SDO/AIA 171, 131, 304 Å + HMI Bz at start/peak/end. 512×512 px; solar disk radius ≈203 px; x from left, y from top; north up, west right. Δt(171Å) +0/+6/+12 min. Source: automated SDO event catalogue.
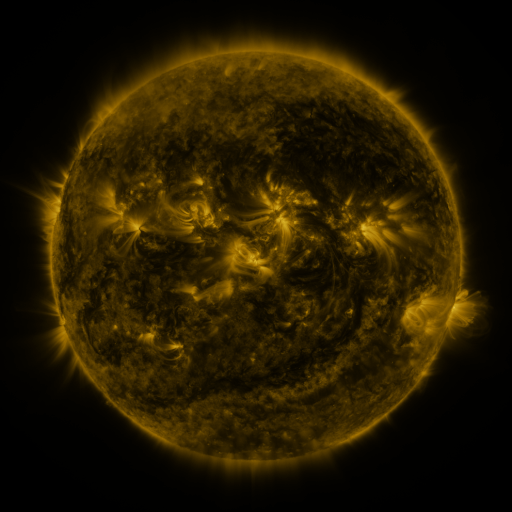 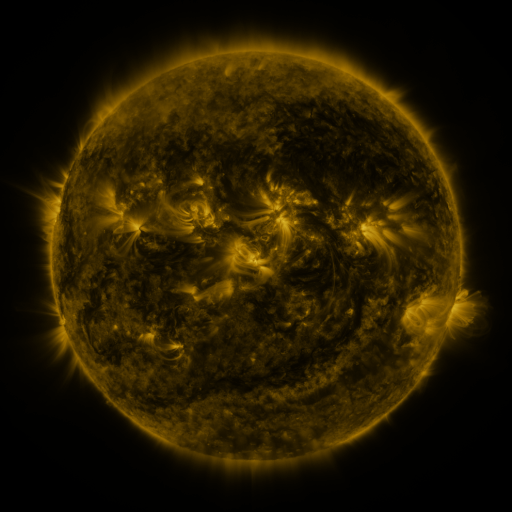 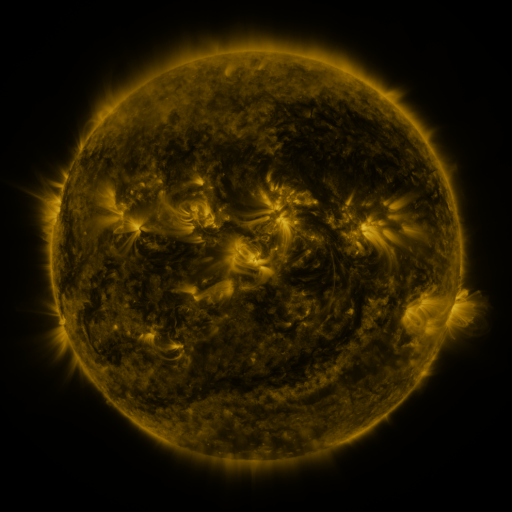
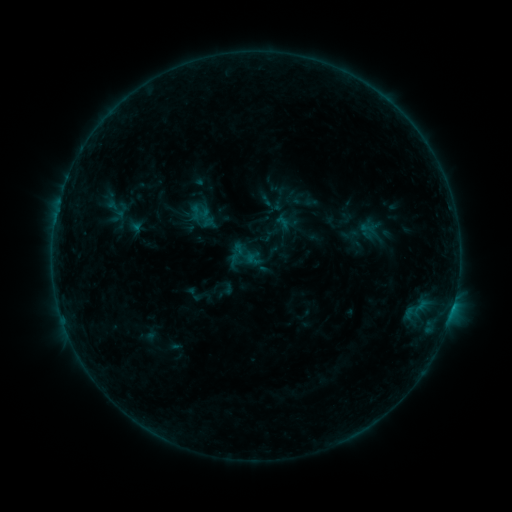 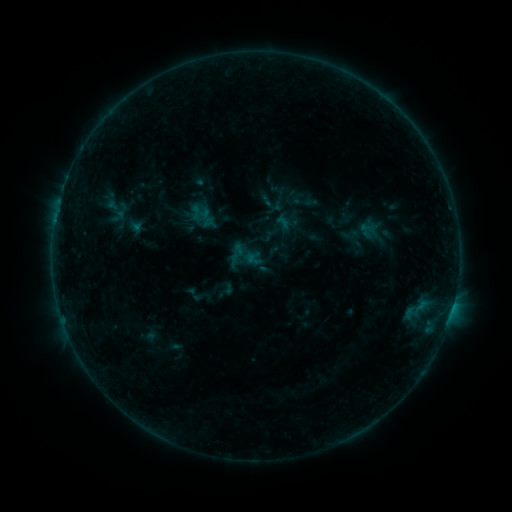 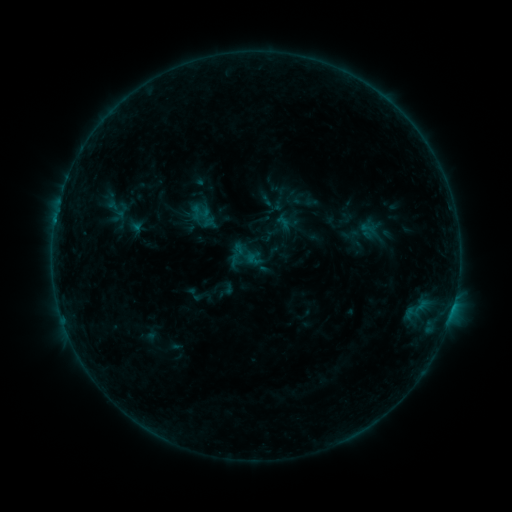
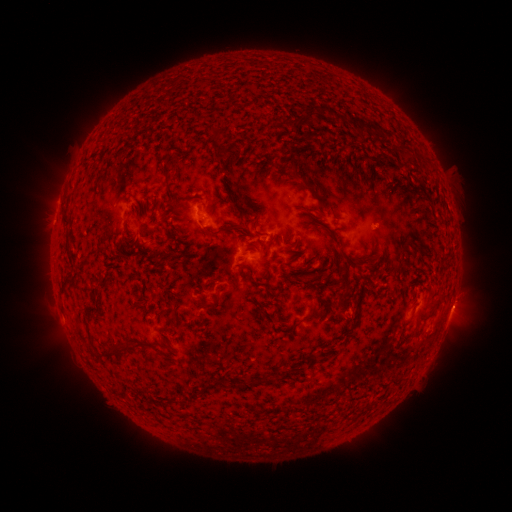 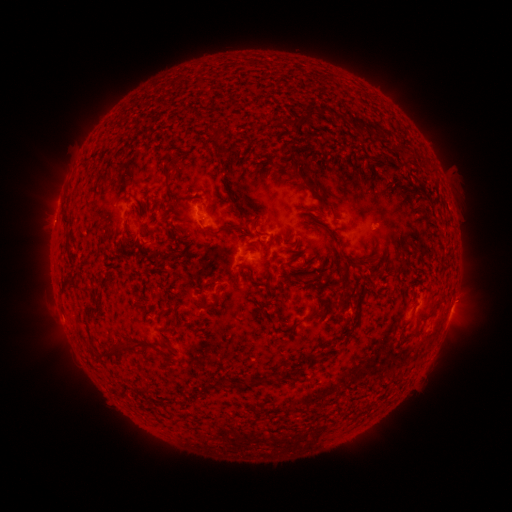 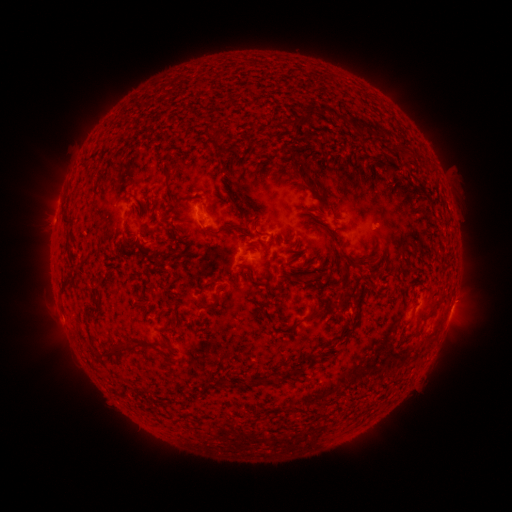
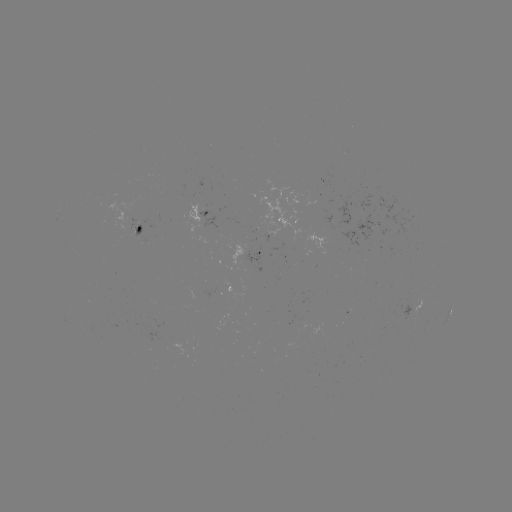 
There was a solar flare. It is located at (57, 223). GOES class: B3.9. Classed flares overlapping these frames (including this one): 1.